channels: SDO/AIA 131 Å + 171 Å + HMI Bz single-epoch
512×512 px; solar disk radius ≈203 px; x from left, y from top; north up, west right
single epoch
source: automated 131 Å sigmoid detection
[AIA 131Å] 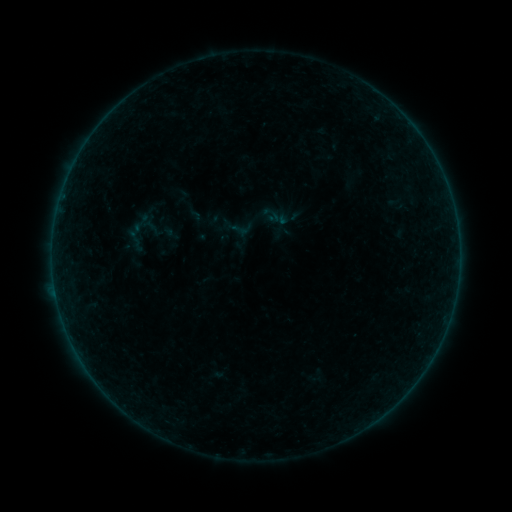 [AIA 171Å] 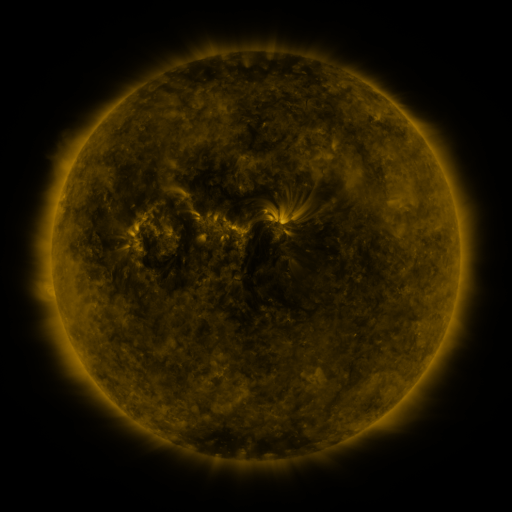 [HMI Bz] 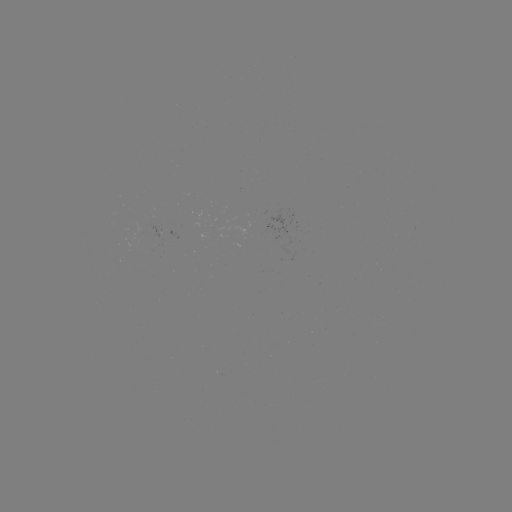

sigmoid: (228, 216, 253, 242)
